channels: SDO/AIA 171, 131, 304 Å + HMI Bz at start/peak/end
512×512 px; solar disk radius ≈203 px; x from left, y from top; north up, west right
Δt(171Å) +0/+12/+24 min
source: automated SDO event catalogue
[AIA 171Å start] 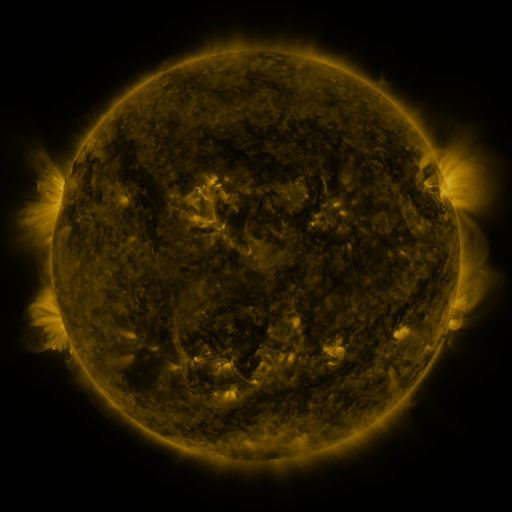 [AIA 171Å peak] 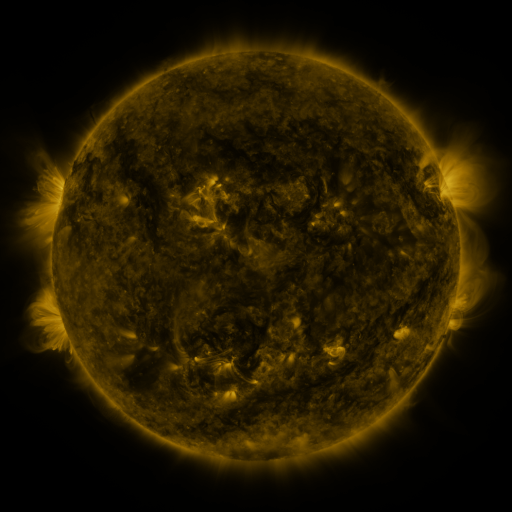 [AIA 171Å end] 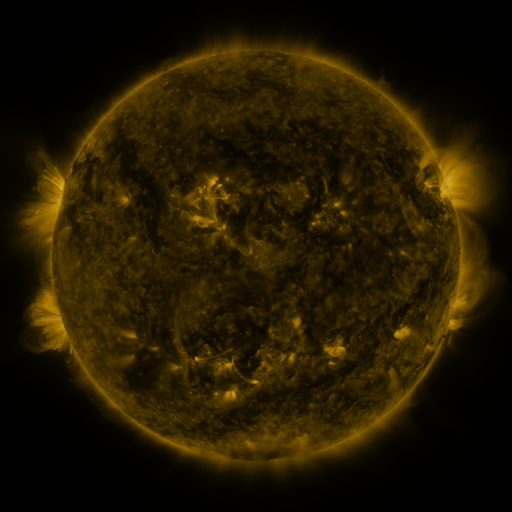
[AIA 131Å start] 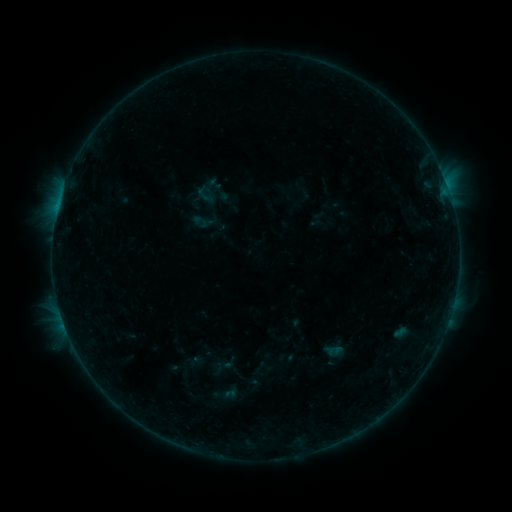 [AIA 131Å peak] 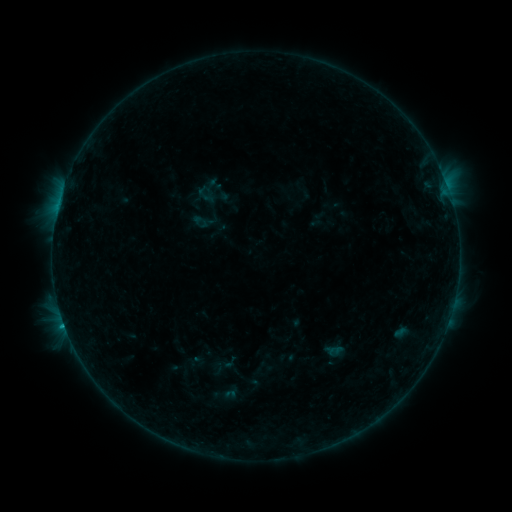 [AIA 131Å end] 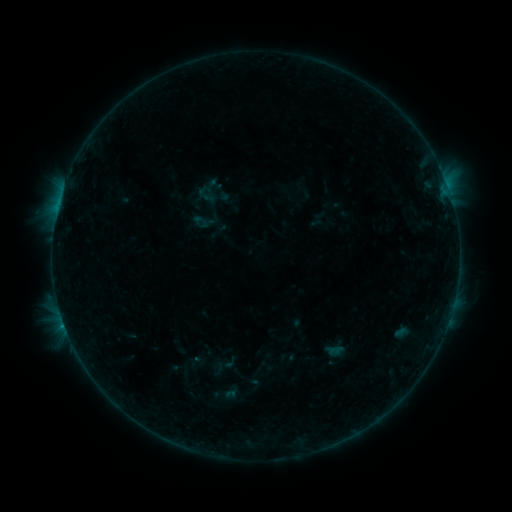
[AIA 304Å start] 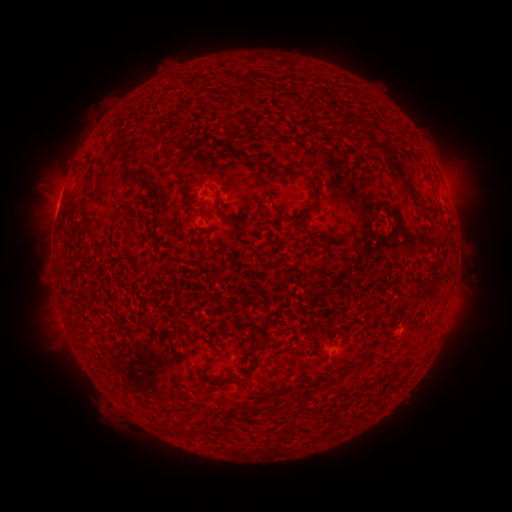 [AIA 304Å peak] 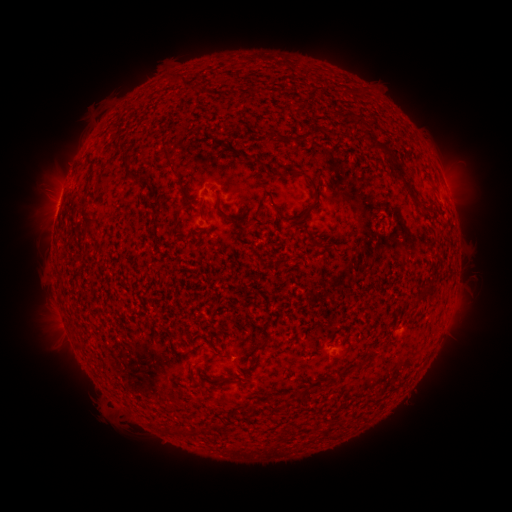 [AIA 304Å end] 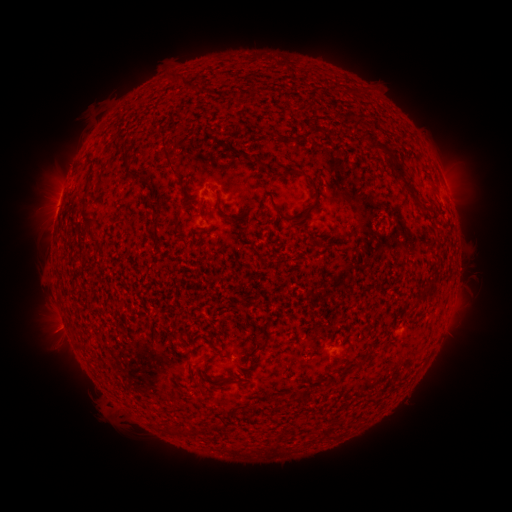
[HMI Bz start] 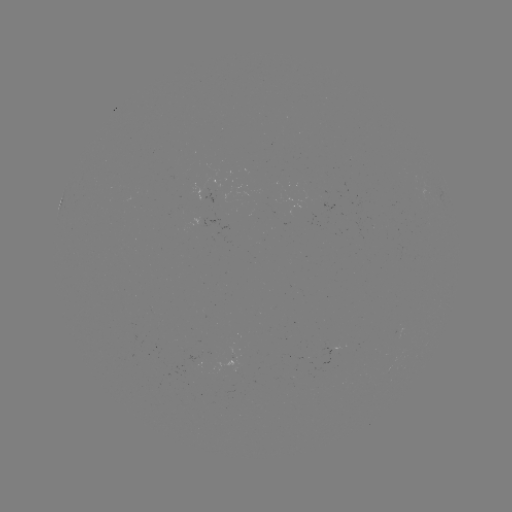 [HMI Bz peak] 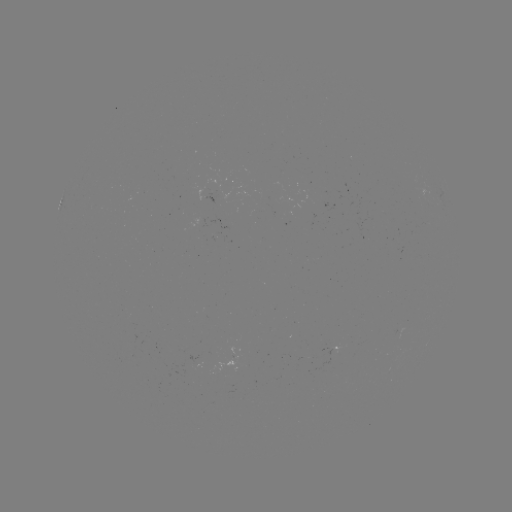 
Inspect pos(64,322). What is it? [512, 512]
B5.4 flare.